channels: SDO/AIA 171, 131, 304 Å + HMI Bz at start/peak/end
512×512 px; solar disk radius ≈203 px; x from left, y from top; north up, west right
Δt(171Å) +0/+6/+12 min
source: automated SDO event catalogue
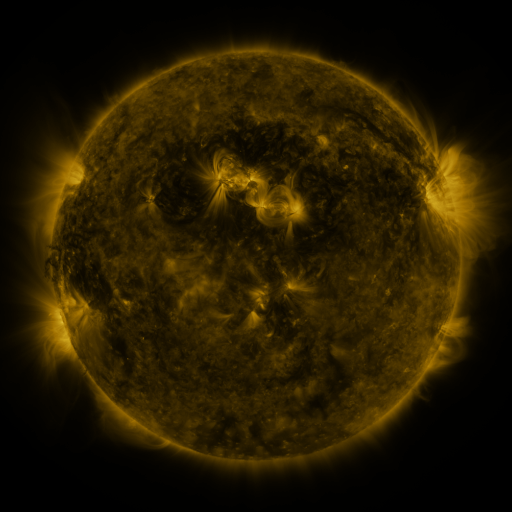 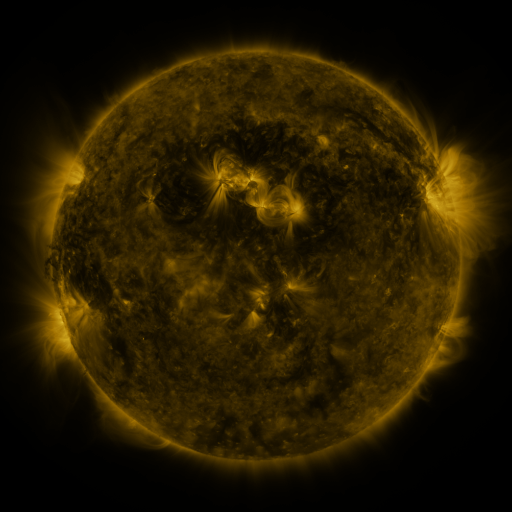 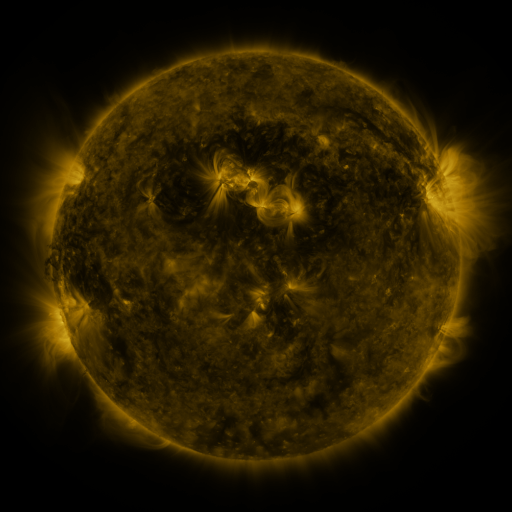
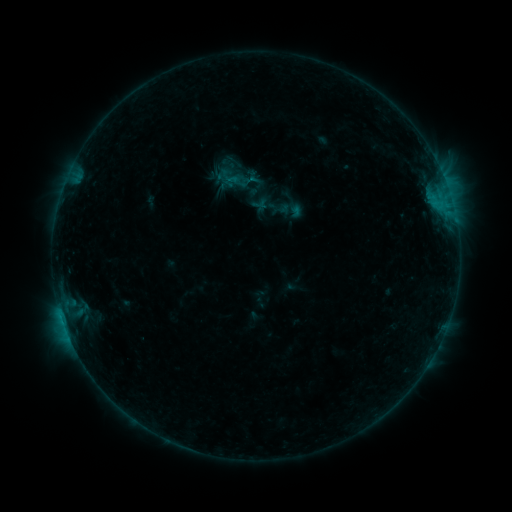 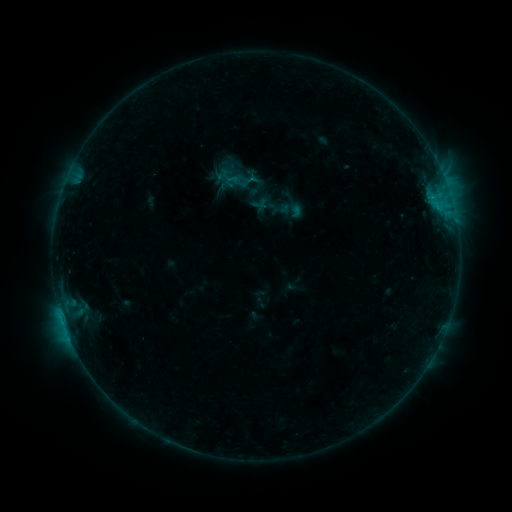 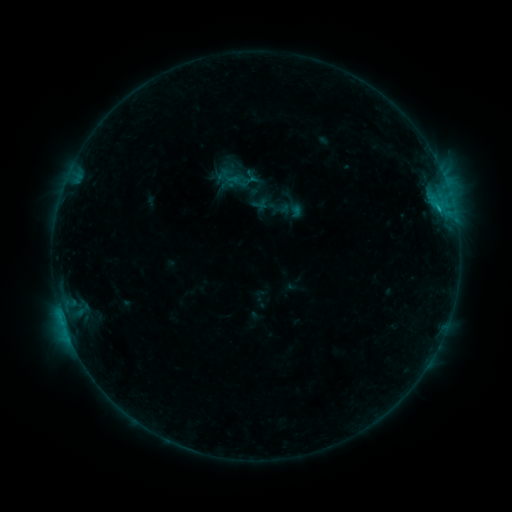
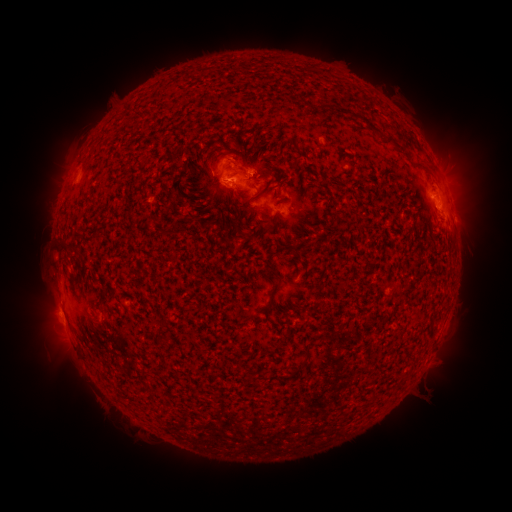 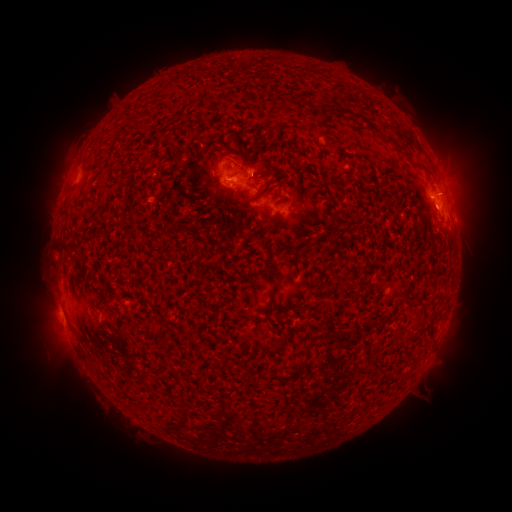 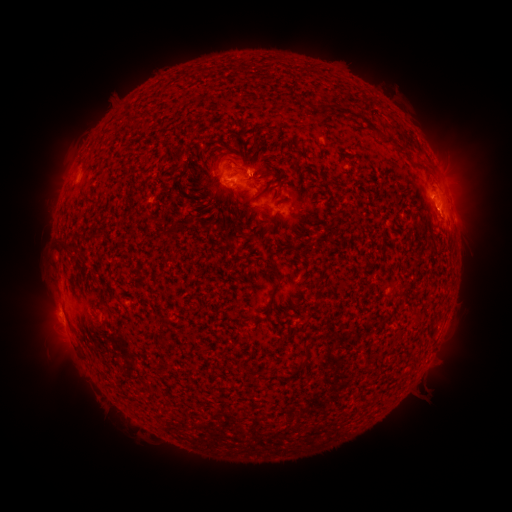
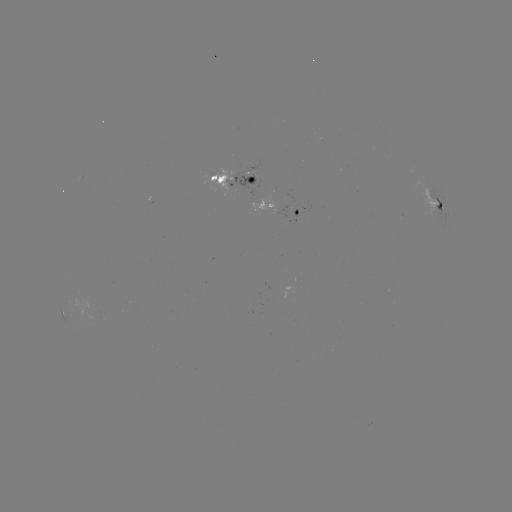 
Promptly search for B7.6 flare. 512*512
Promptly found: [437, 209].